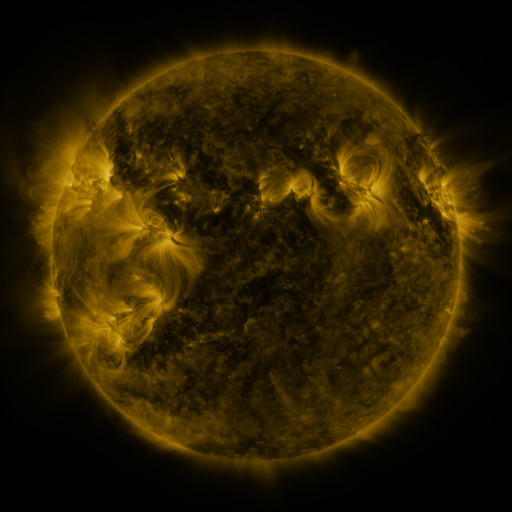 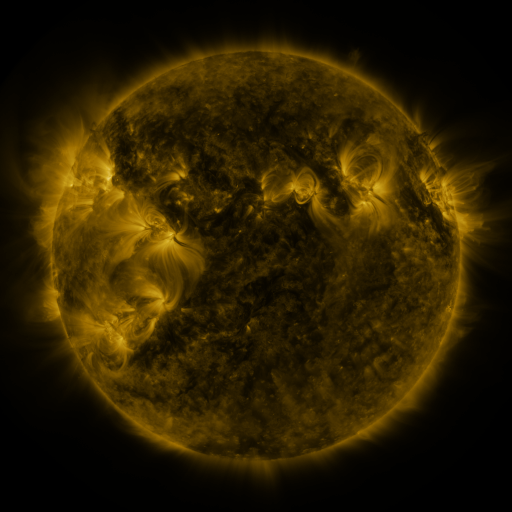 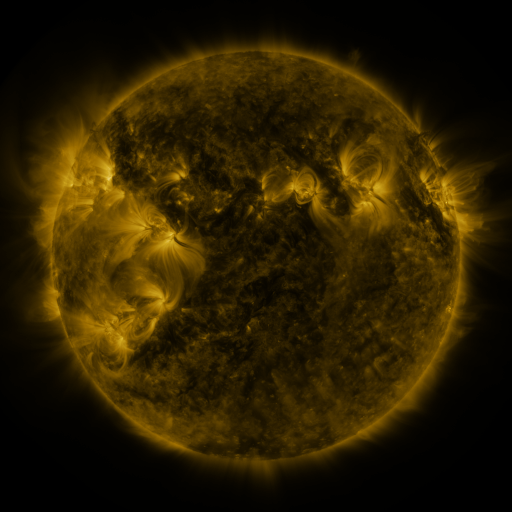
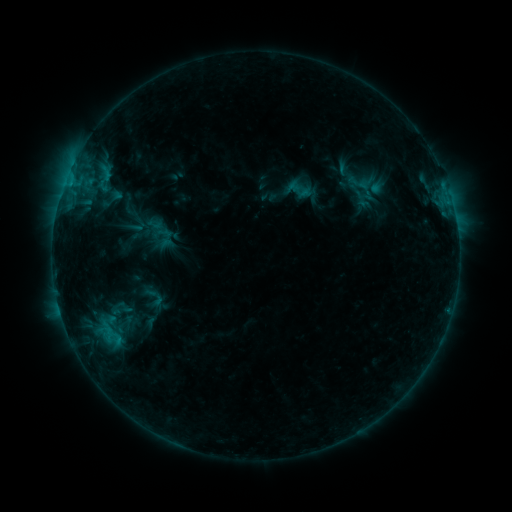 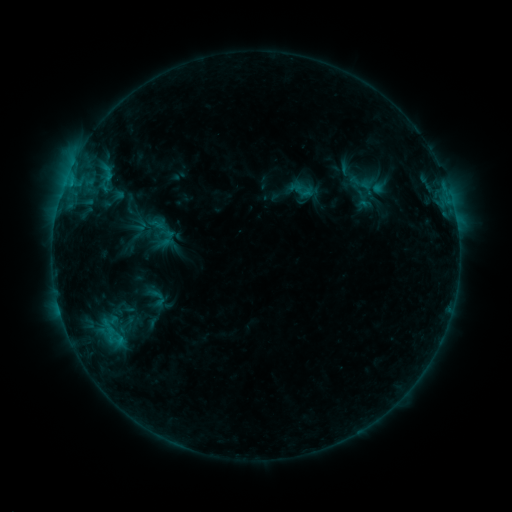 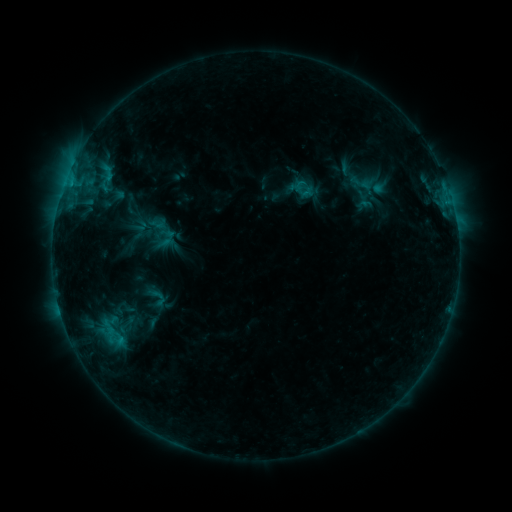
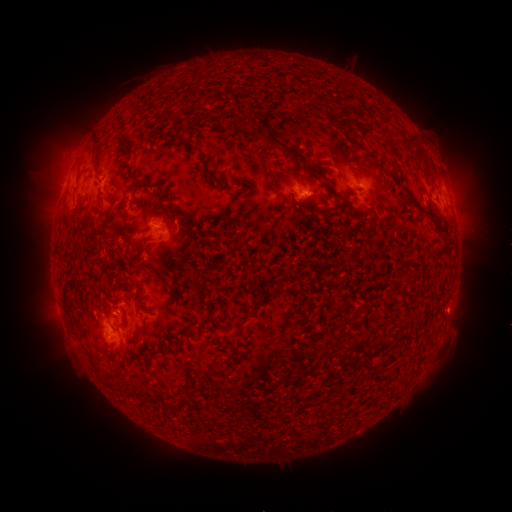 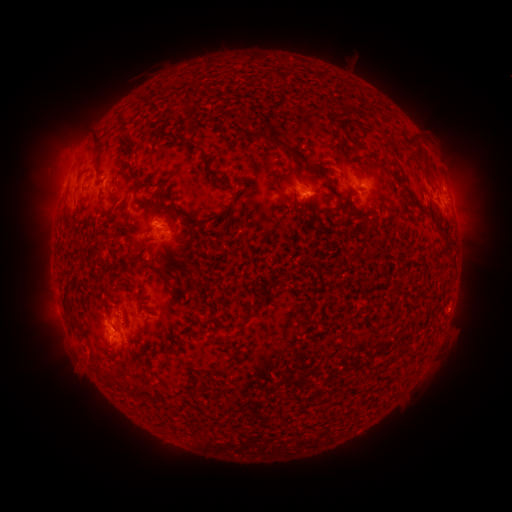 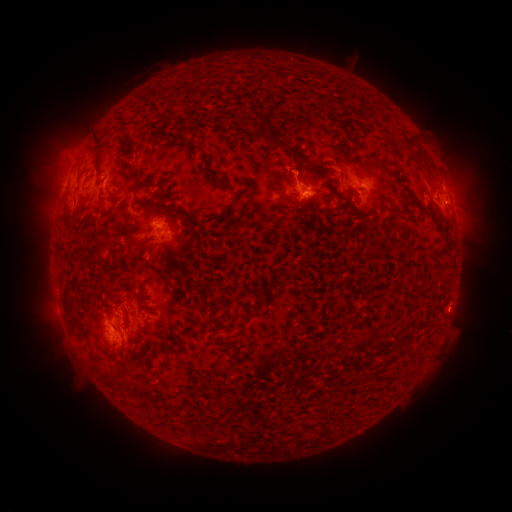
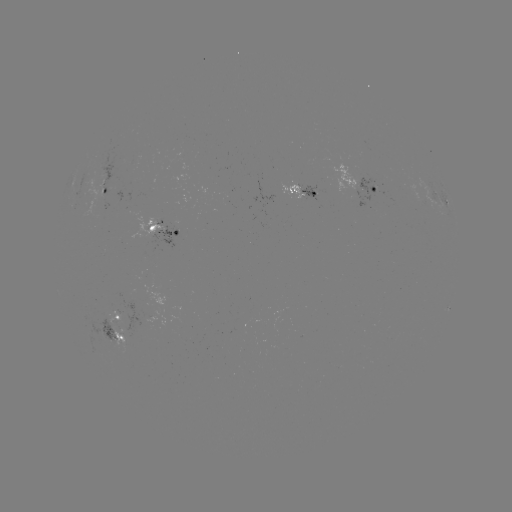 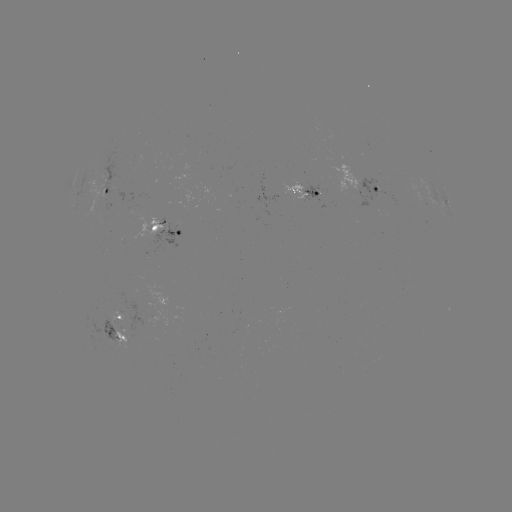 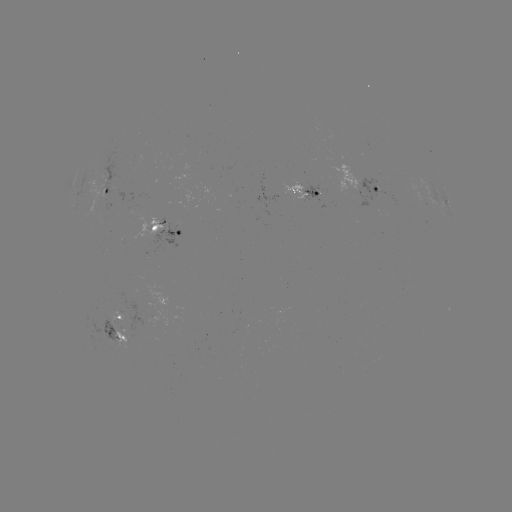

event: emerging-flux region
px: (117, 326)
